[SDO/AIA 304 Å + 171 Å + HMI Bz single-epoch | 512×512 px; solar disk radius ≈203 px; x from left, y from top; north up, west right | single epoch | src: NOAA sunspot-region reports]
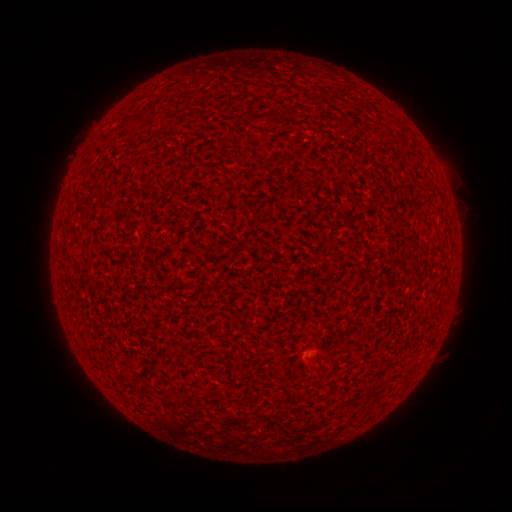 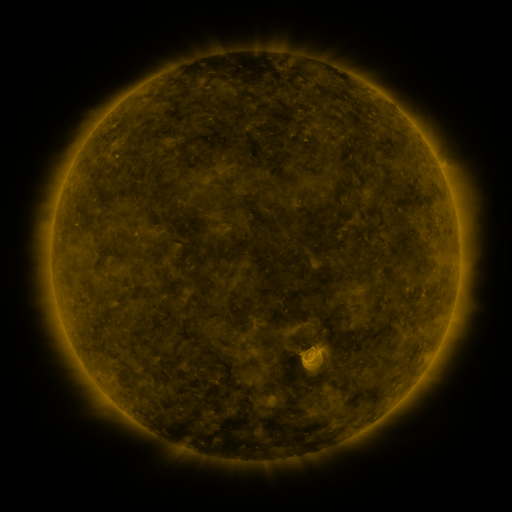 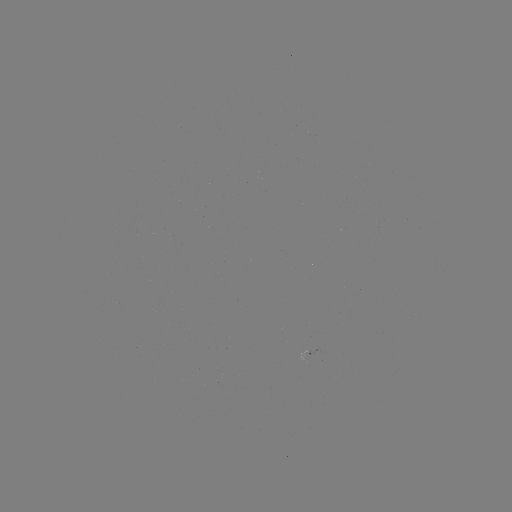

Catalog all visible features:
(none)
